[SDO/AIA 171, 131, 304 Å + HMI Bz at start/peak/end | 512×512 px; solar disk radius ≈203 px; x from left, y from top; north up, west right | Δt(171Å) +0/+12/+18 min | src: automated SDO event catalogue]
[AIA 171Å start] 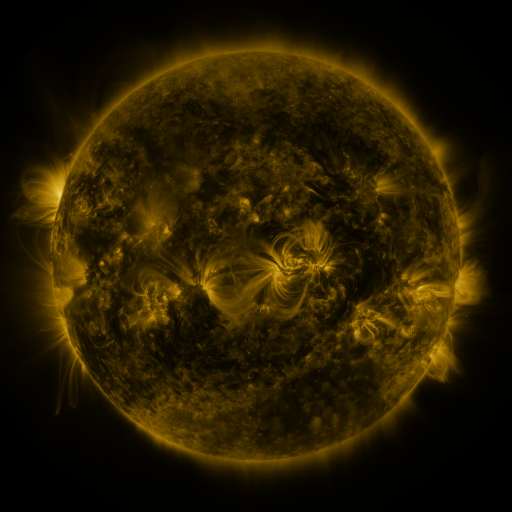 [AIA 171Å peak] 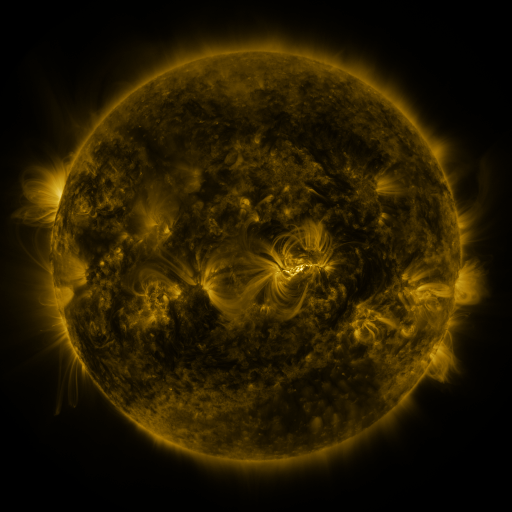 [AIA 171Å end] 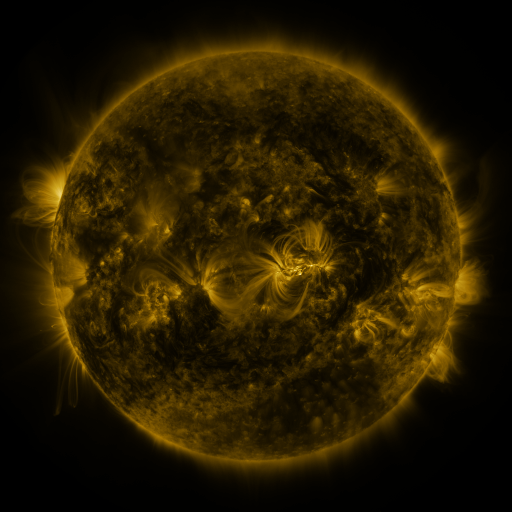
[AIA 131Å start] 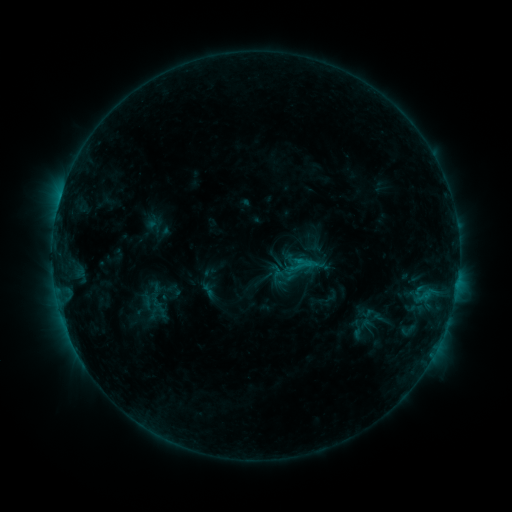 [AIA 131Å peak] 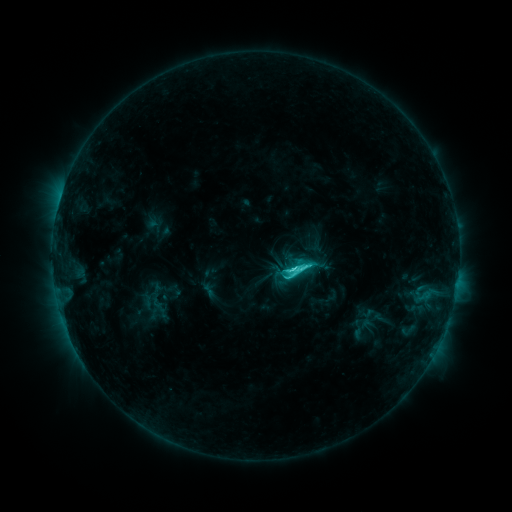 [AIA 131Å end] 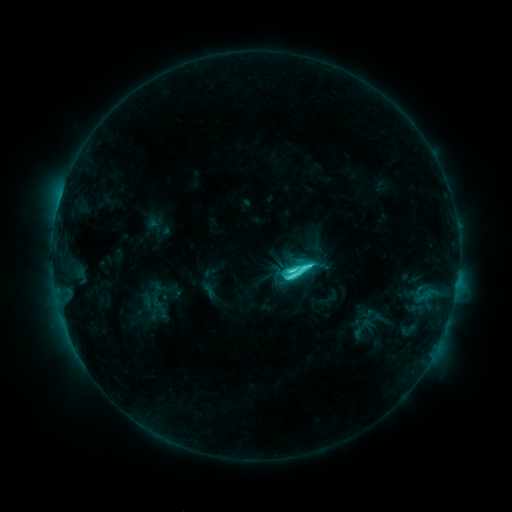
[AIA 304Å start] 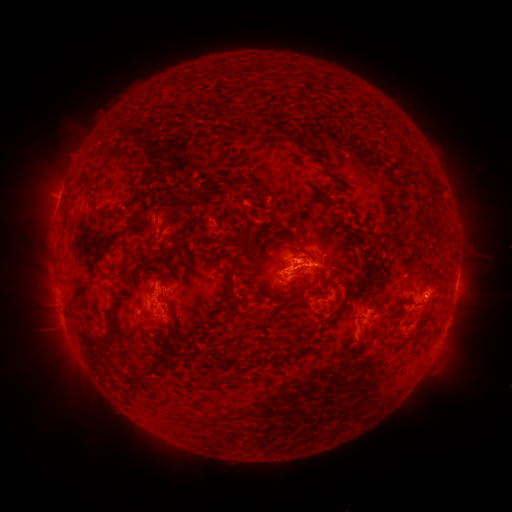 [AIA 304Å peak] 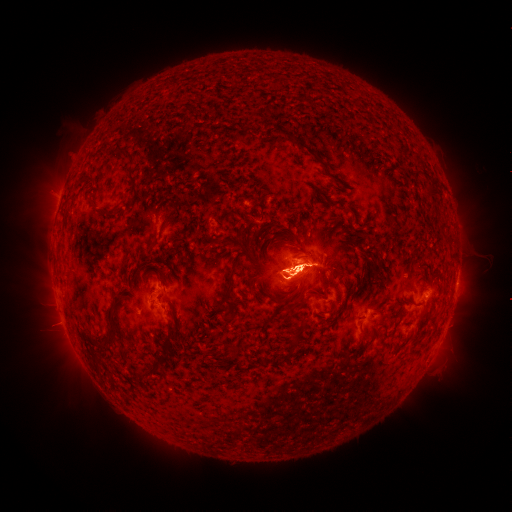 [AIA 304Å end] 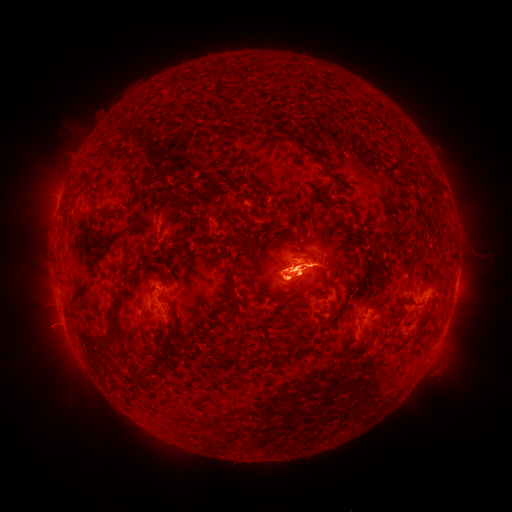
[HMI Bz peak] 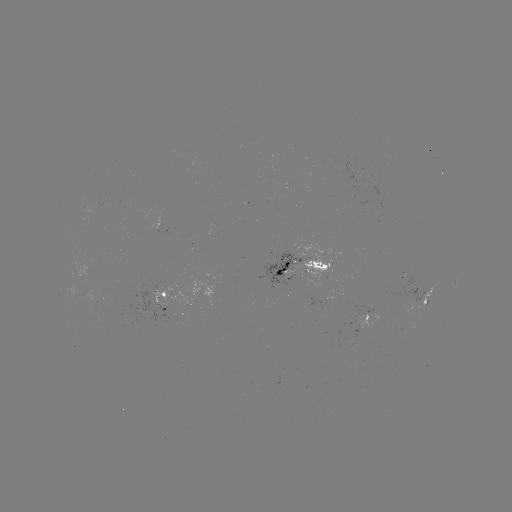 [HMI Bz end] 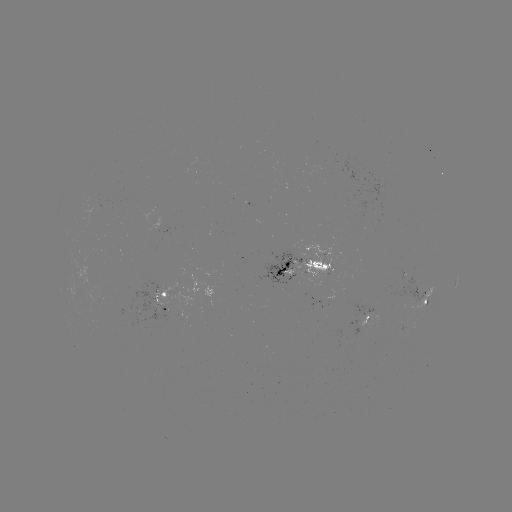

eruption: [248, 204, 367, 342]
